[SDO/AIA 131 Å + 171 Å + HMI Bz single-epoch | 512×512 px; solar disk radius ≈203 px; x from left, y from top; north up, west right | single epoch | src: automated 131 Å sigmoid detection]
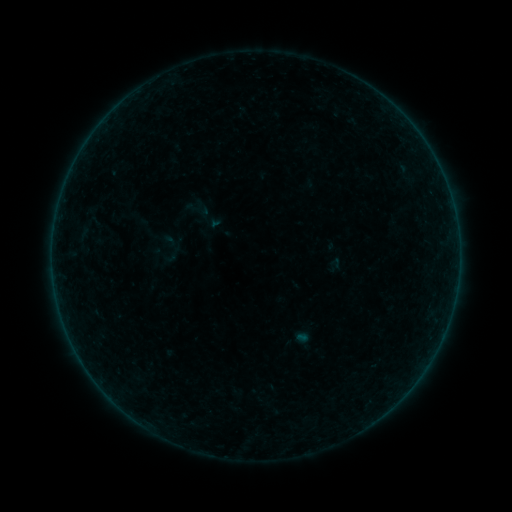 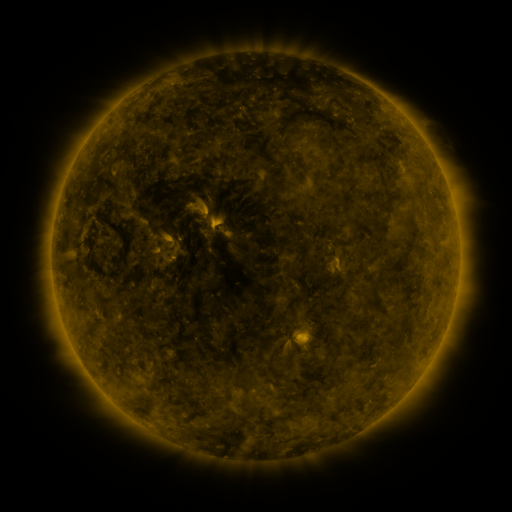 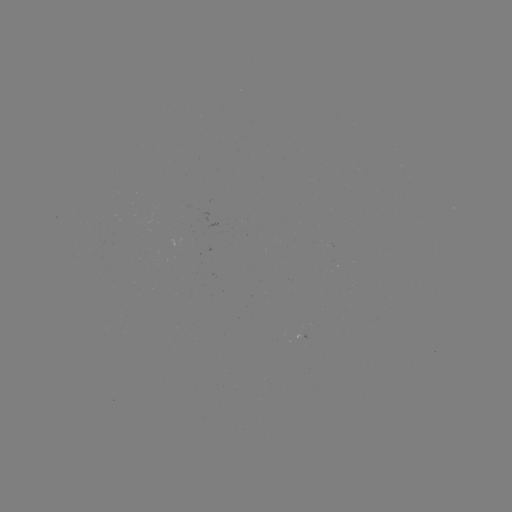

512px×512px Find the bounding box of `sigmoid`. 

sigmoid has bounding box [152, 230, 188, 268].